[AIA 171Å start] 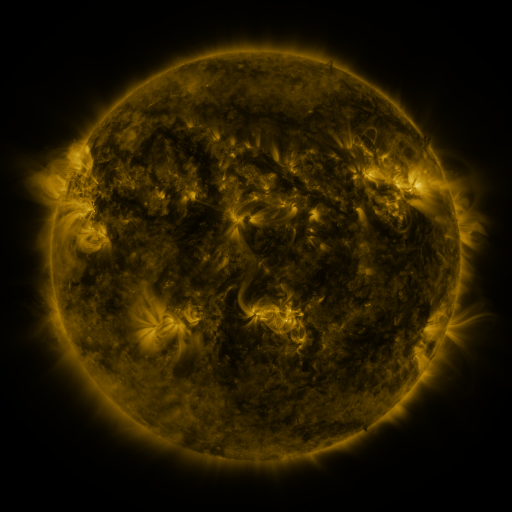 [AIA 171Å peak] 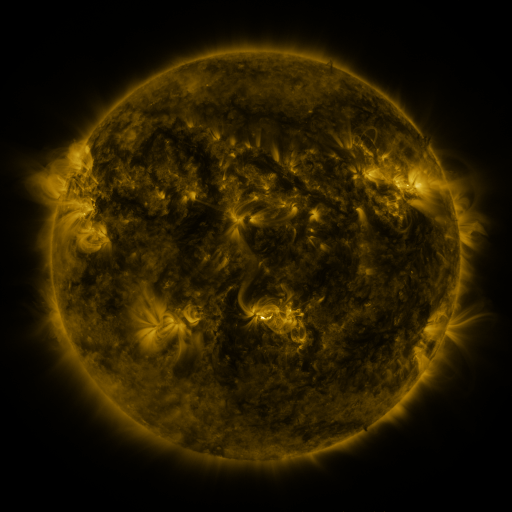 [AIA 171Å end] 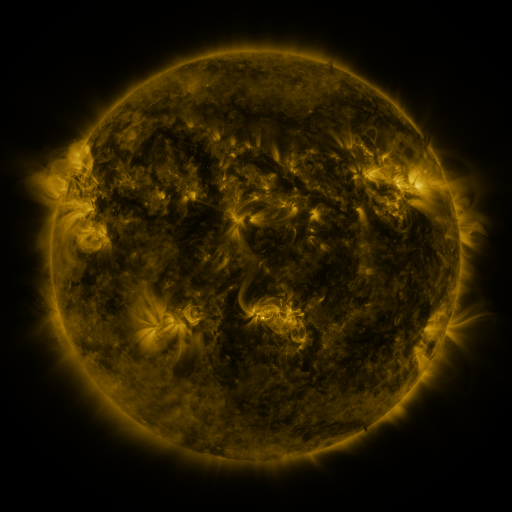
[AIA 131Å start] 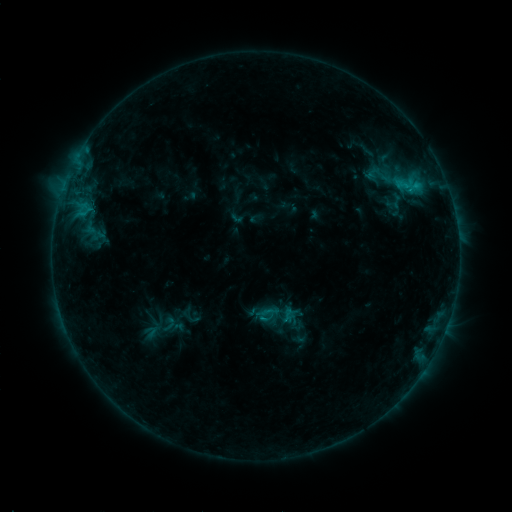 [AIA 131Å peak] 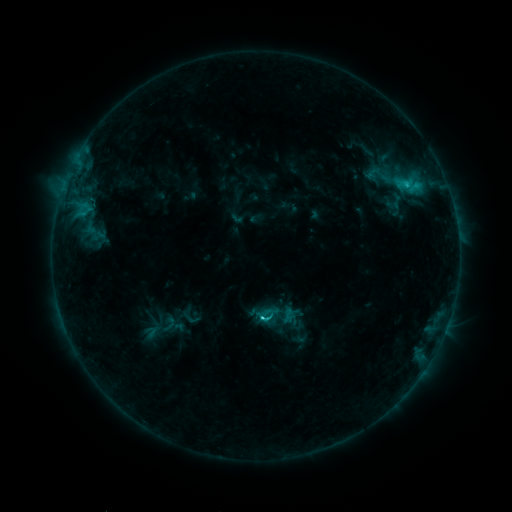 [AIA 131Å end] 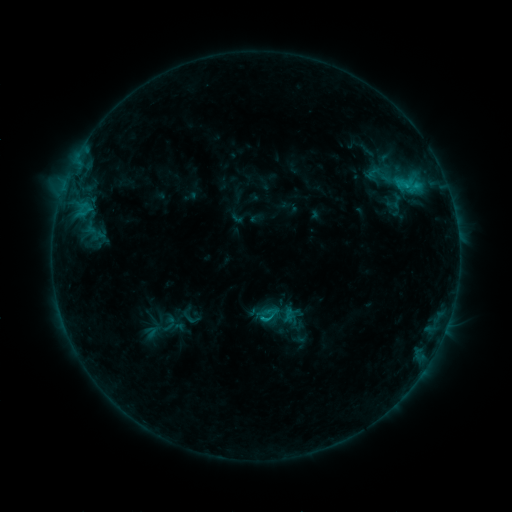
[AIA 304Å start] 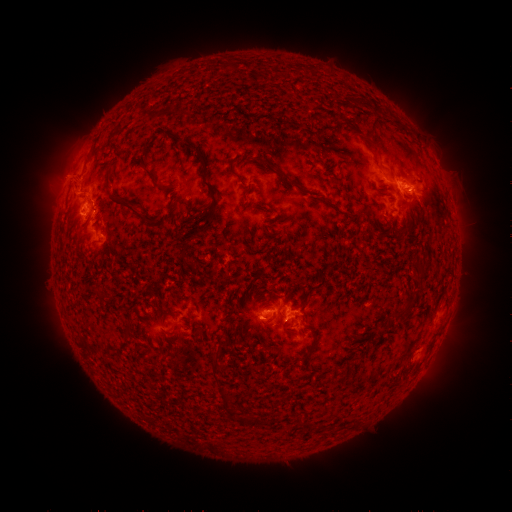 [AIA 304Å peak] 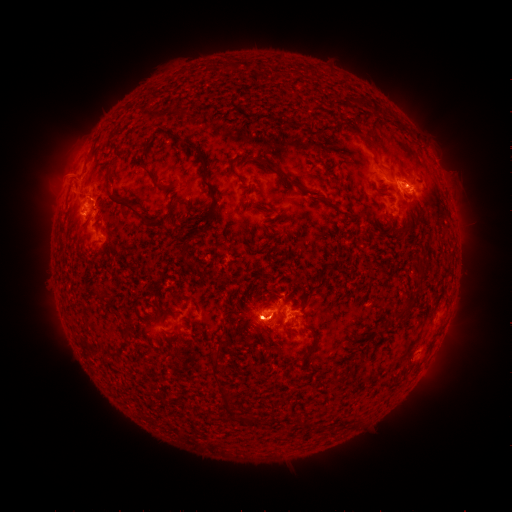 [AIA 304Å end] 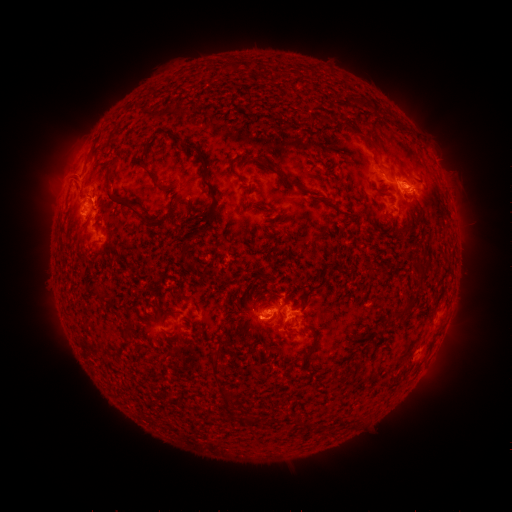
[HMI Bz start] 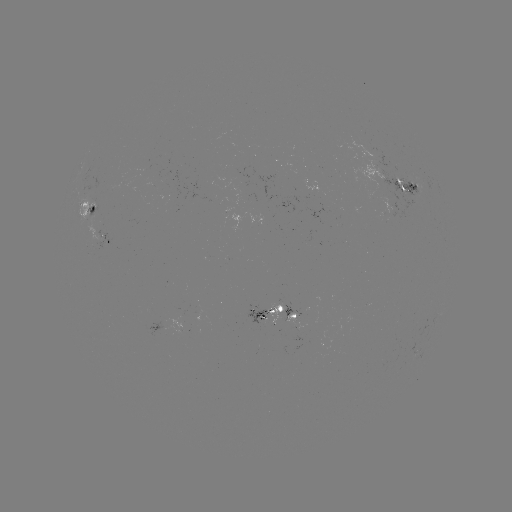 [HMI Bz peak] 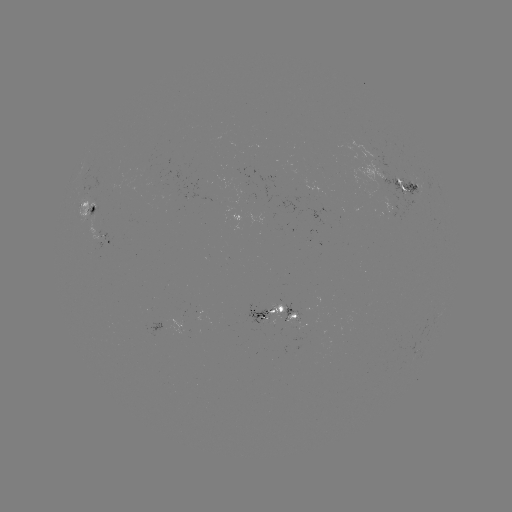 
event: flare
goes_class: C2.0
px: (259, 316)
